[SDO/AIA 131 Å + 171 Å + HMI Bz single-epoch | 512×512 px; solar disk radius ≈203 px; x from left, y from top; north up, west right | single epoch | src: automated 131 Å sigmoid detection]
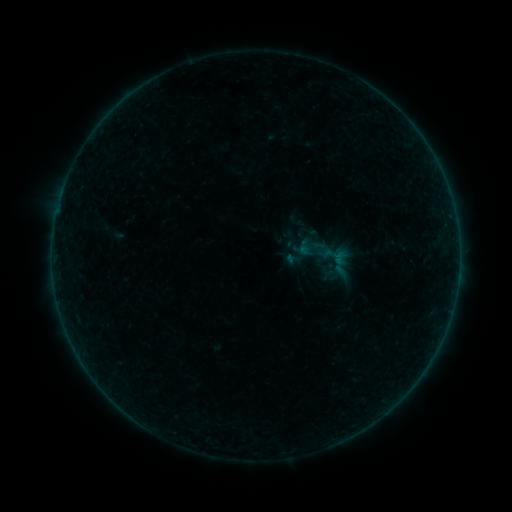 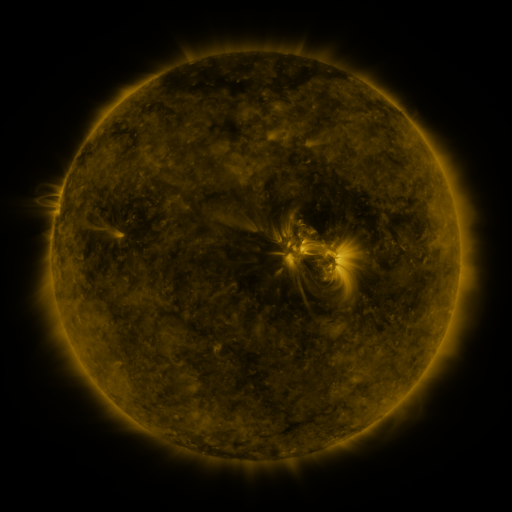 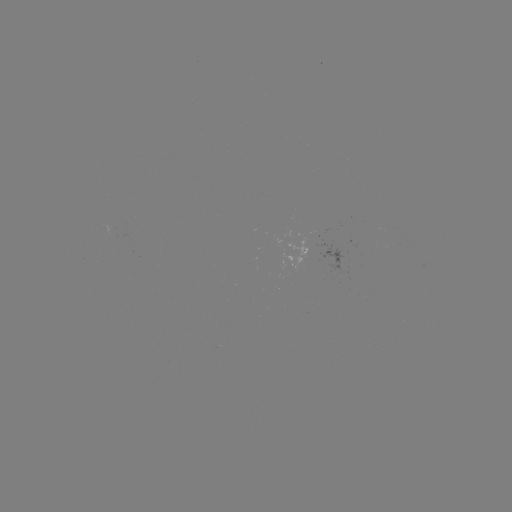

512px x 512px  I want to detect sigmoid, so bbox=[284, 249, 303, 268].